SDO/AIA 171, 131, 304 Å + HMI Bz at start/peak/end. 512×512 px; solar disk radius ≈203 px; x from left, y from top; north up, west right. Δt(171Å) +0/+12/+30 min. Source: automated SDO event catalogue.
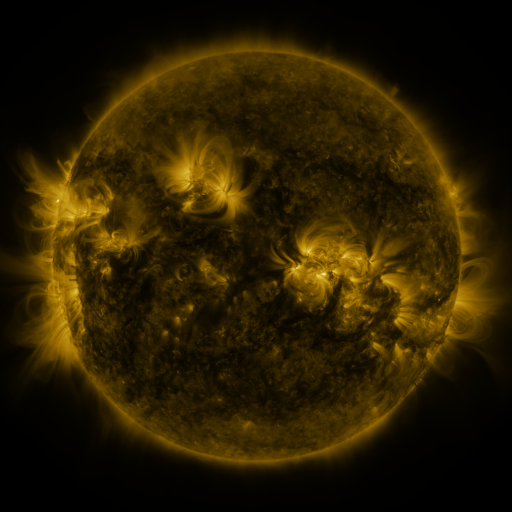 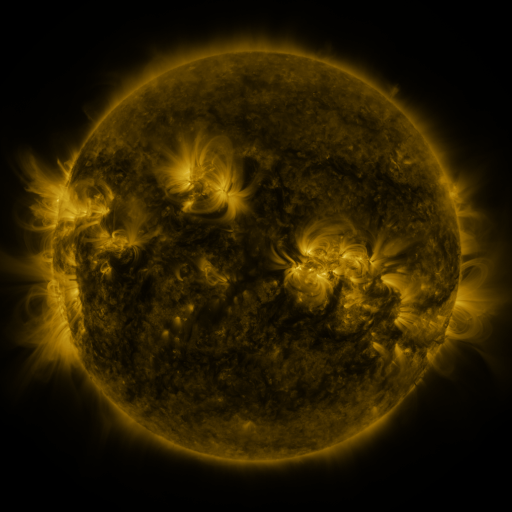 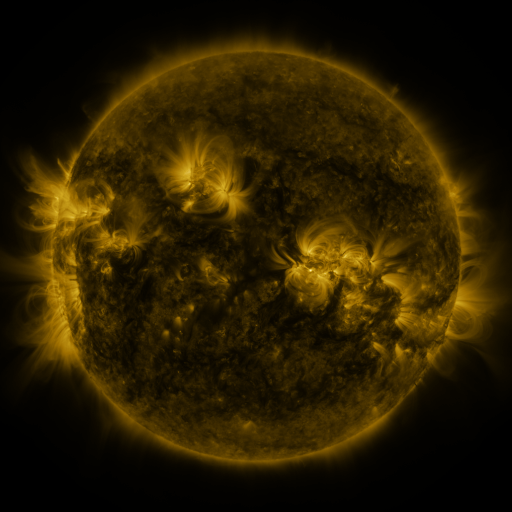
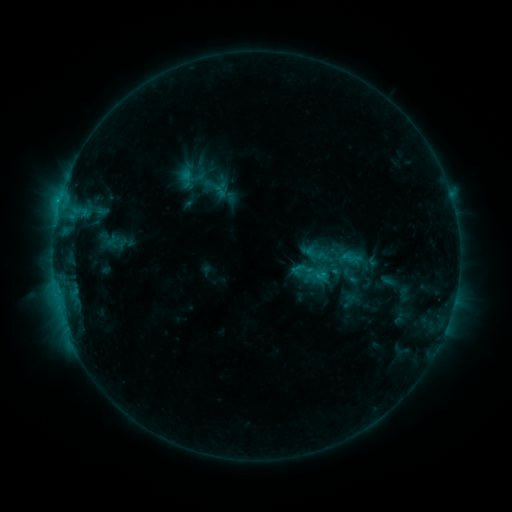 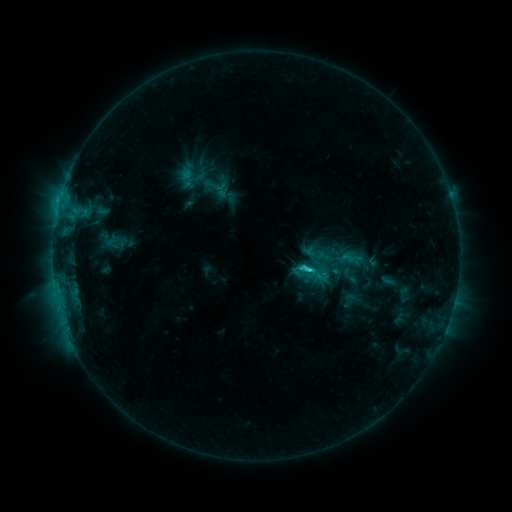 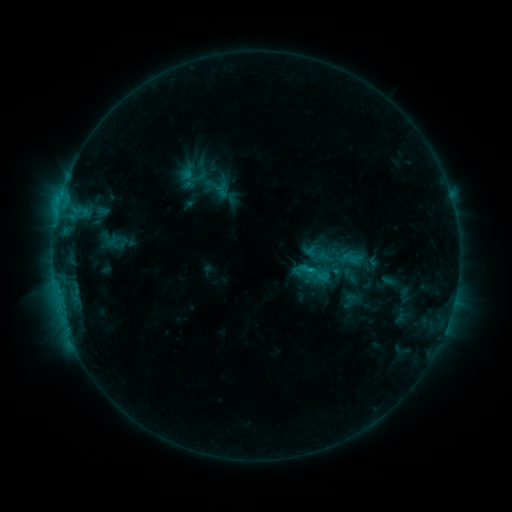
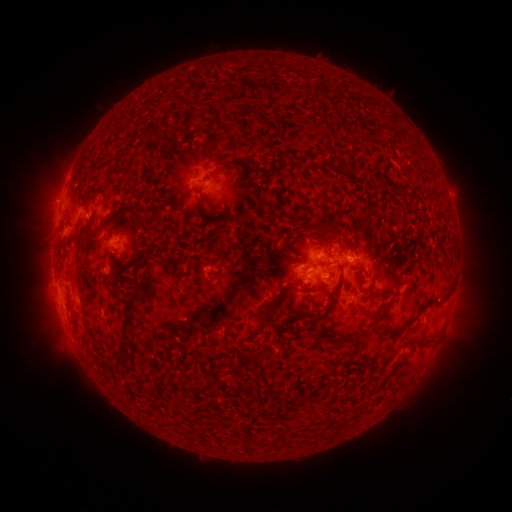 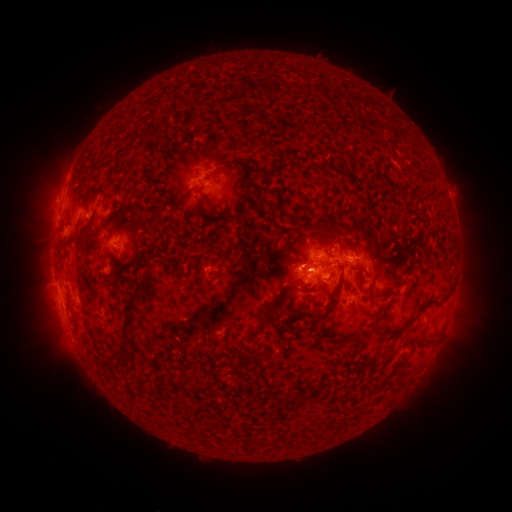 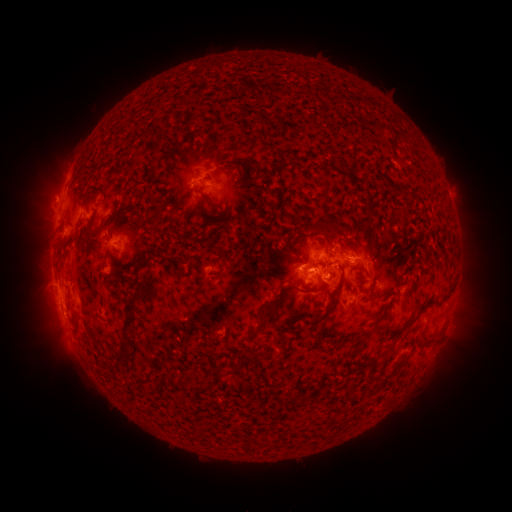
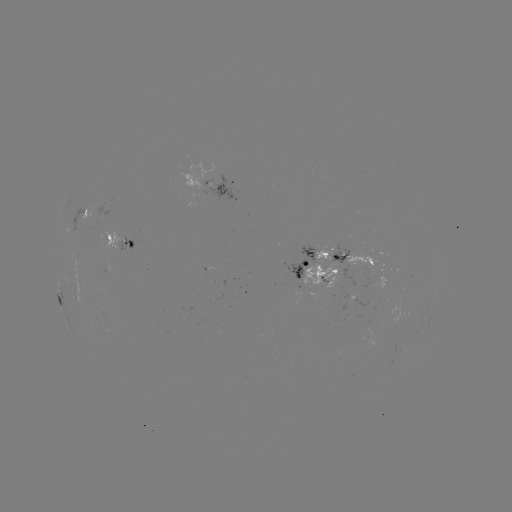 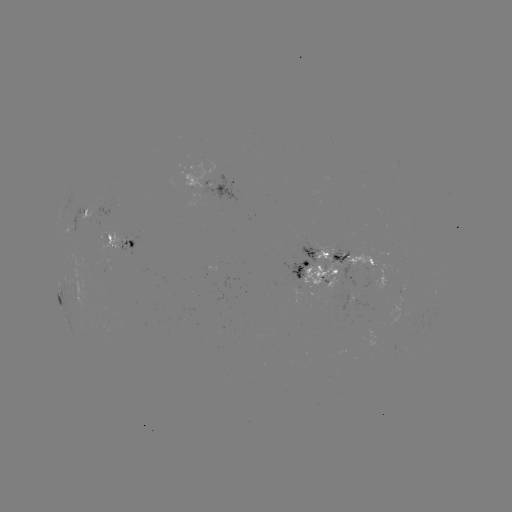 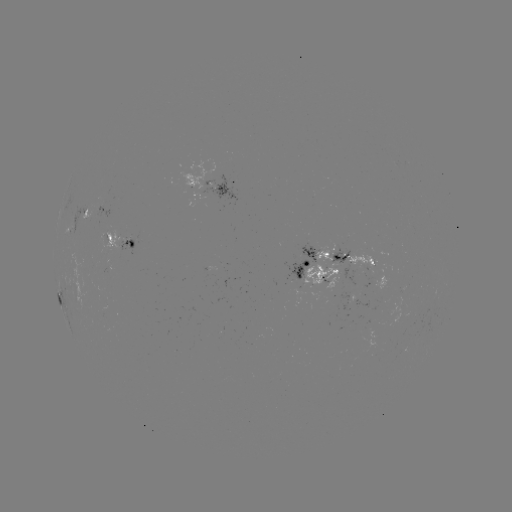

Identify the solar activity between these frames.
C2.4 flare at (308, 267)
